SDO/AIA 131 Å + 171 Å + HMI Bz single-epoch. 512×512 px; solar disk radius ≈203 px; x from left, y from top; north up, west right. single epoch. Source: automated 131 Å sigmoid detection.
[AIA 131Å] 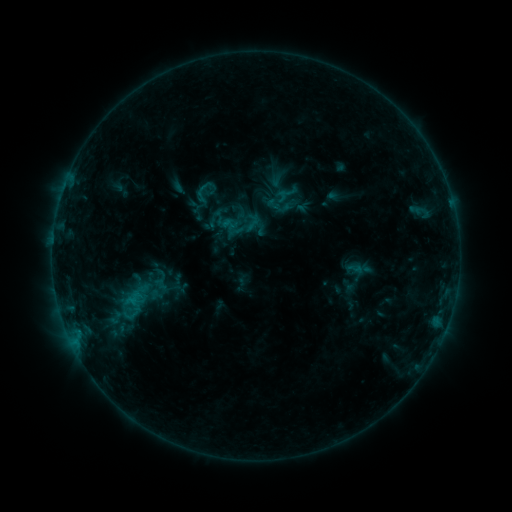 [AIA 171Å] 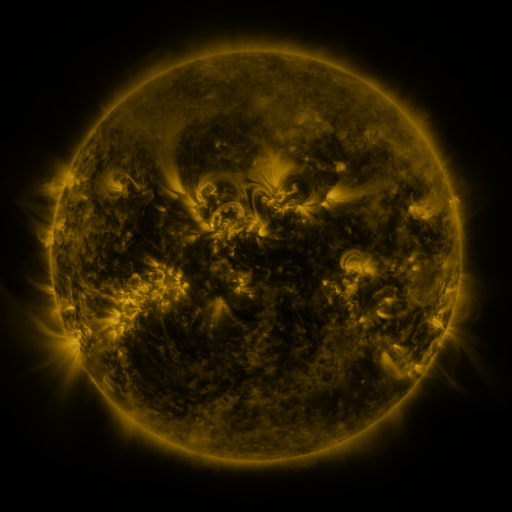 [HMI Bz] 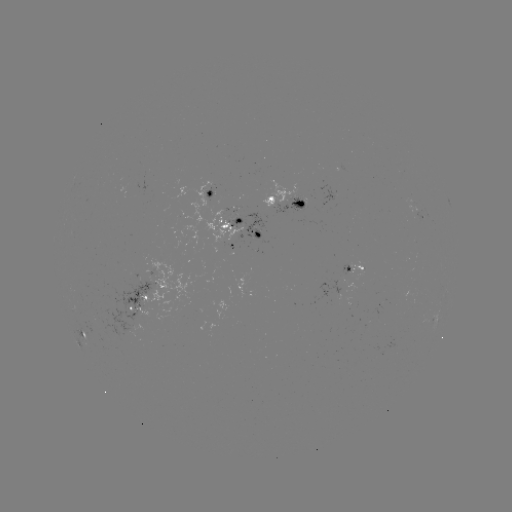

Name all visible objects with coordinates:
sigmoid: (242, 213, 262, 232)
sigmoid: (120, 289, 150, 312)
